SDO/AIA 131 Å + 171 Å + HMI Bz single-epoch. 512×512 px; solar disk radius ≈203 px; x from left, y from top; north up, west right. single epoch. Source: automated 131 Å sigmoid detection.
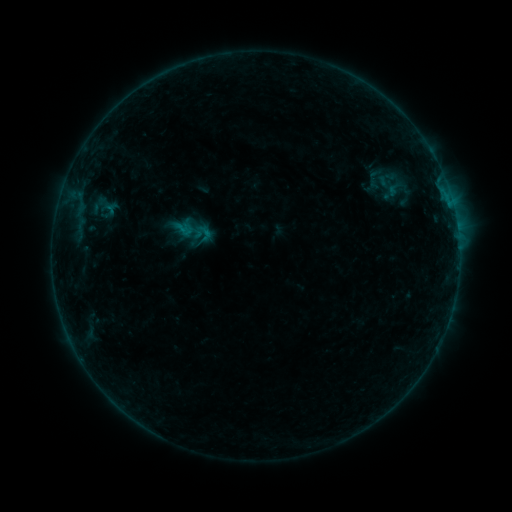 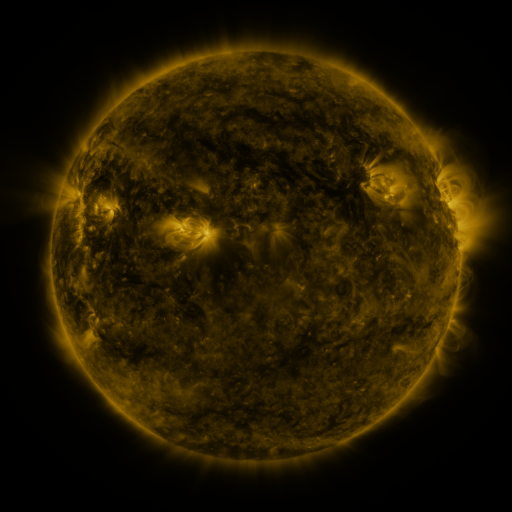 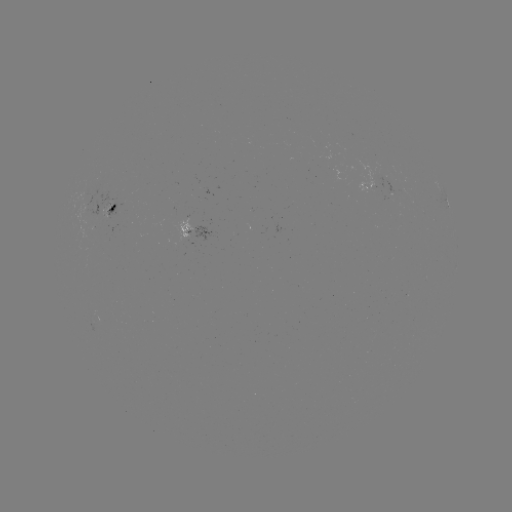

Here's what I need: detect sigmoid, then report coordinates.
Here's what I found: sigmoid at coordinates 205,233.